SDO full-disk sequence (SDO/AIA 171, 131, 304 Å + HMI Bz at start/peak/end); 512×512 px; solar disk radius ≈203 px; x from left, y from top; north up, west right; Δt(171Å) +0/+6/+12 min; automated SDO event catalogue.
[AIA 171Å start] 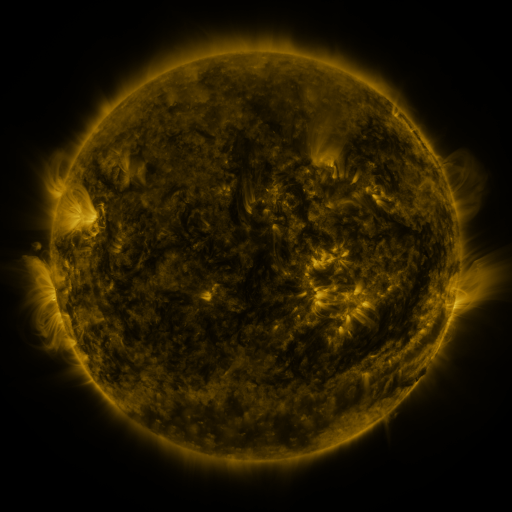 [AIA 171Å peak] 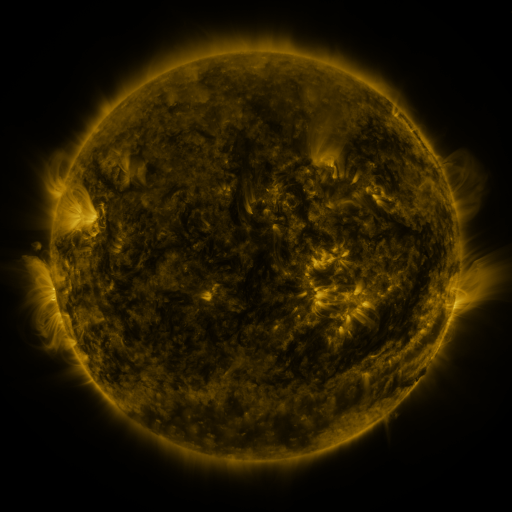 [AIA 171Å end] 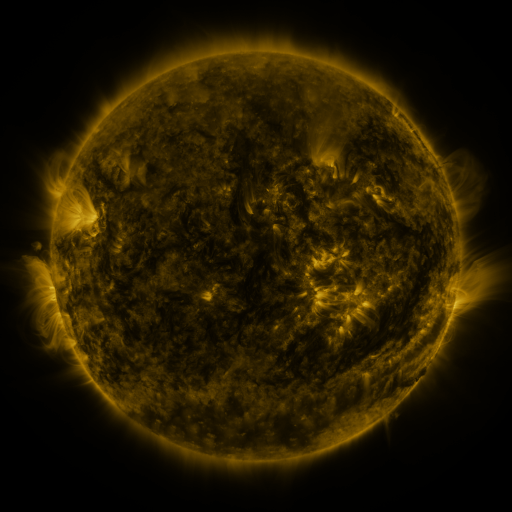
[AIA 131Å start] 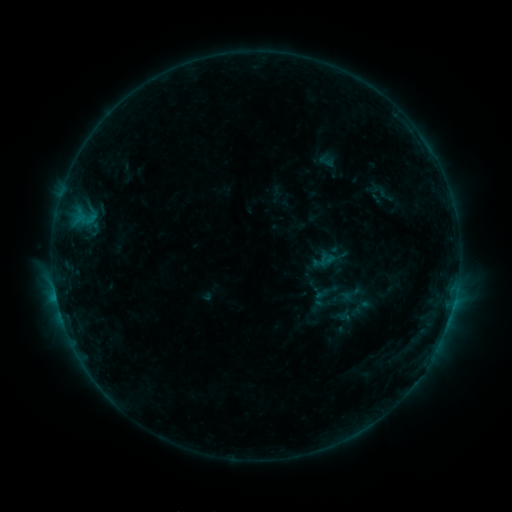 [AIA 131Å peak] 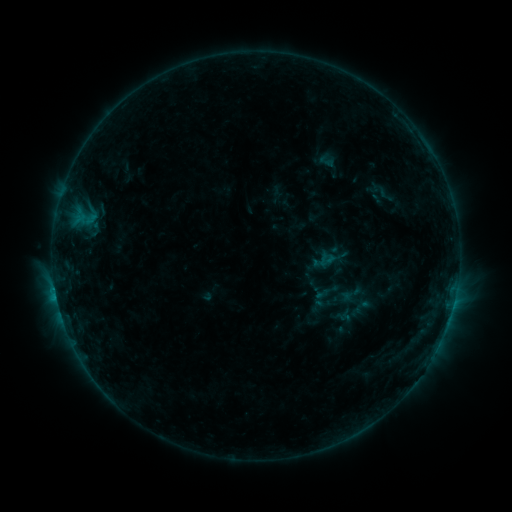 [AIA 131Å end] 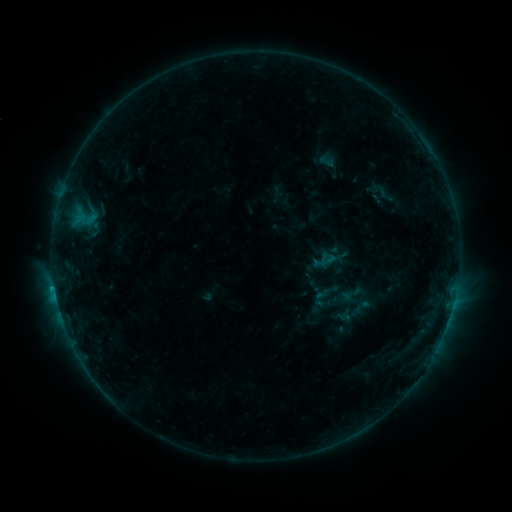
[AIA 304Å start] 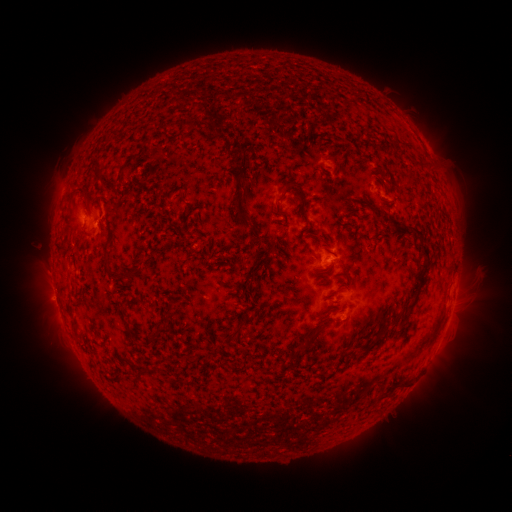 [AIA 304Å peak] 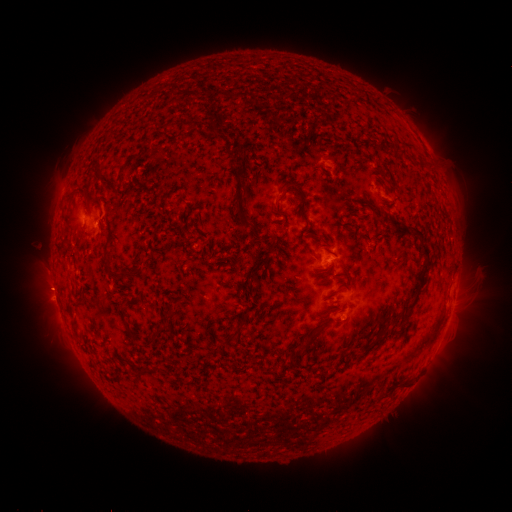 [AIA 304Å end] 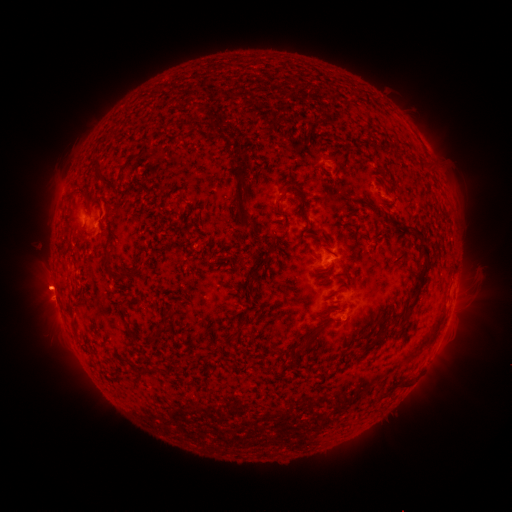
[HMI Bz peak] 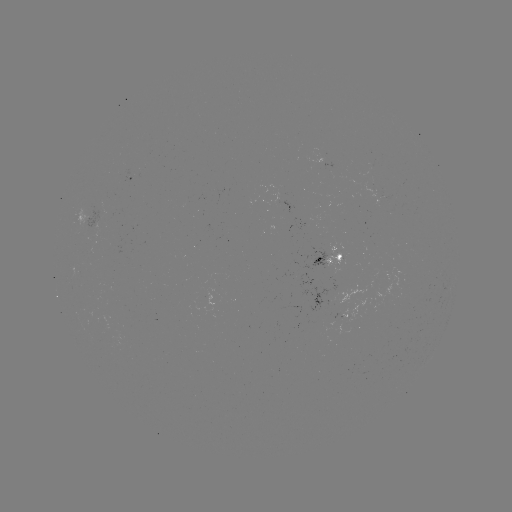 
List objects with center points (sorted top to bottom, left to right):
eruption: (48, 287)
